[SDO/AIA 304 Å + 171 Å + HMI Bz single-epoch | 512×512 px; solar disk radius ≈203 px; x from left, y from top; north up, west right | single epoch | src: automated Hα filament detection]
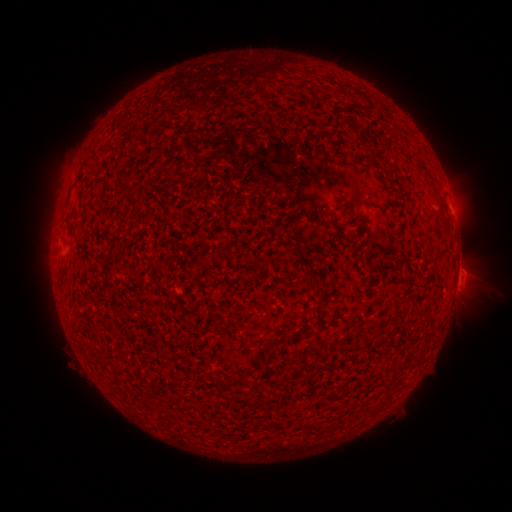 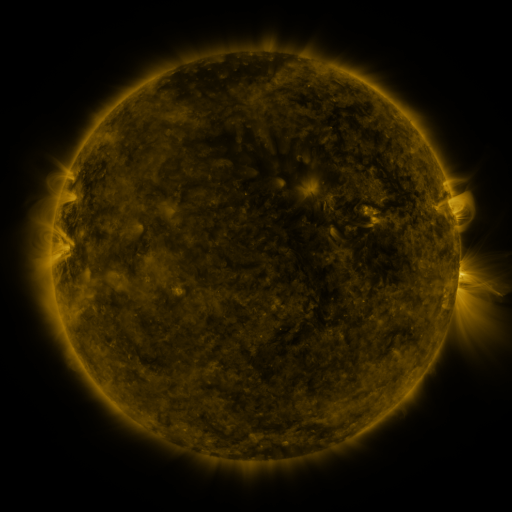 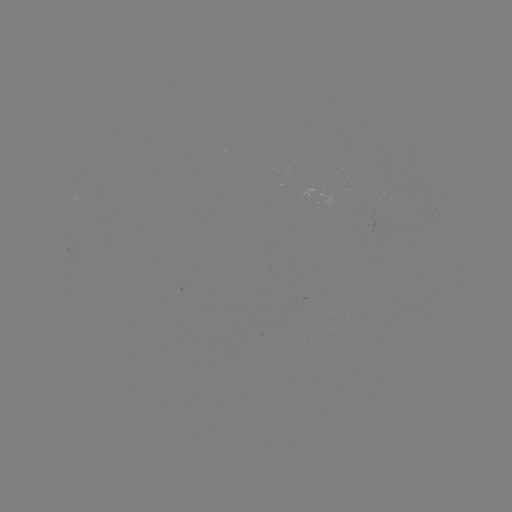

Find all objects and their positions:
filament: [73, 160, 88, 181]
filament: [353, 198, 363, 207]
filament: [263, 339, 279, 350]
filament: [242, 395, 254, 406]
